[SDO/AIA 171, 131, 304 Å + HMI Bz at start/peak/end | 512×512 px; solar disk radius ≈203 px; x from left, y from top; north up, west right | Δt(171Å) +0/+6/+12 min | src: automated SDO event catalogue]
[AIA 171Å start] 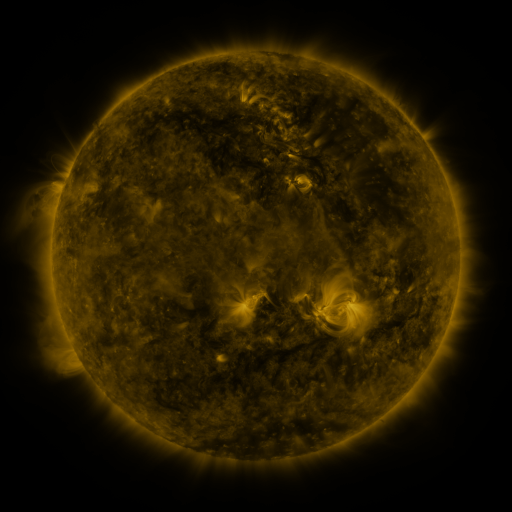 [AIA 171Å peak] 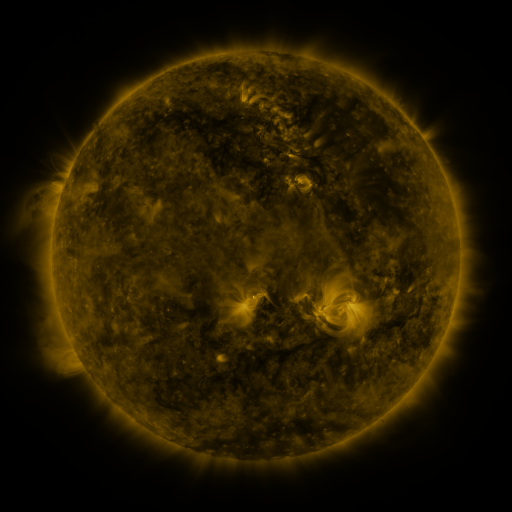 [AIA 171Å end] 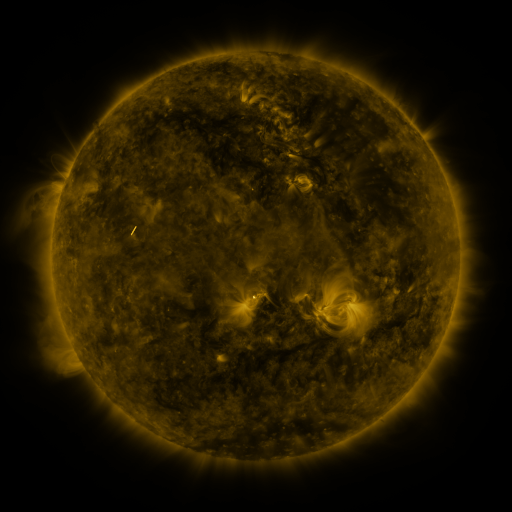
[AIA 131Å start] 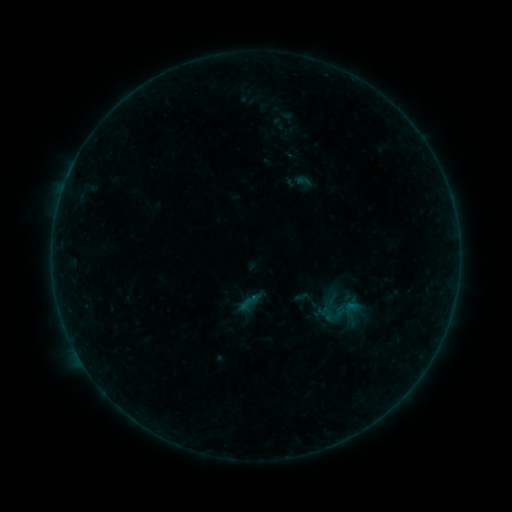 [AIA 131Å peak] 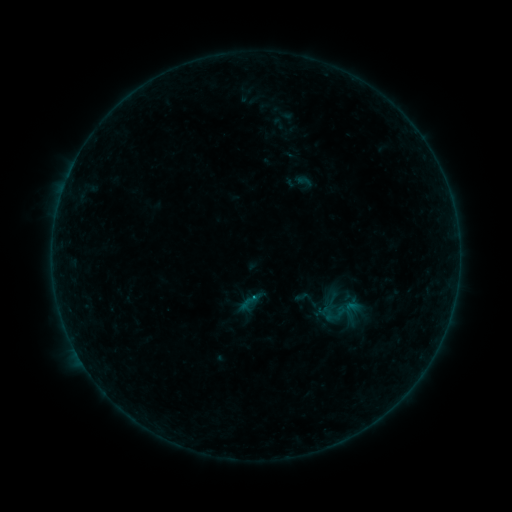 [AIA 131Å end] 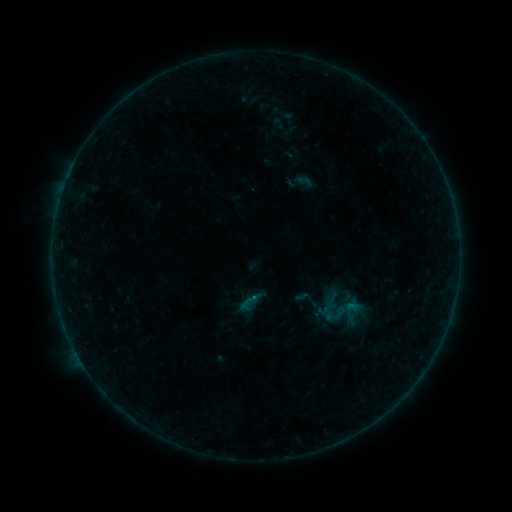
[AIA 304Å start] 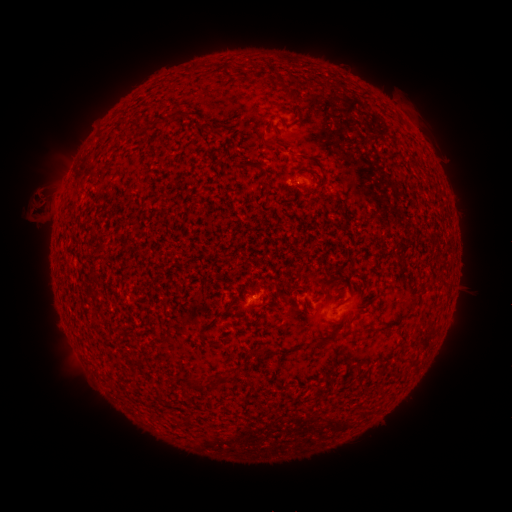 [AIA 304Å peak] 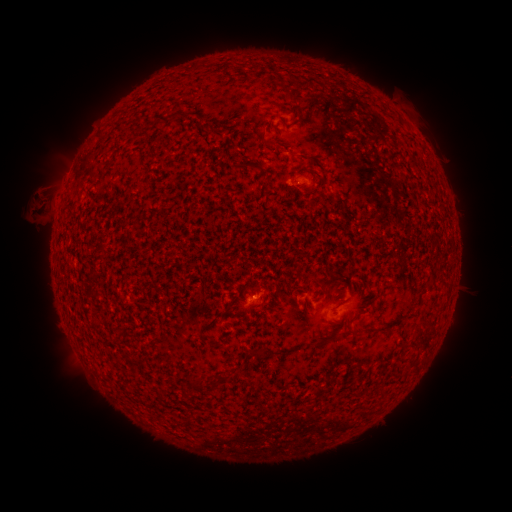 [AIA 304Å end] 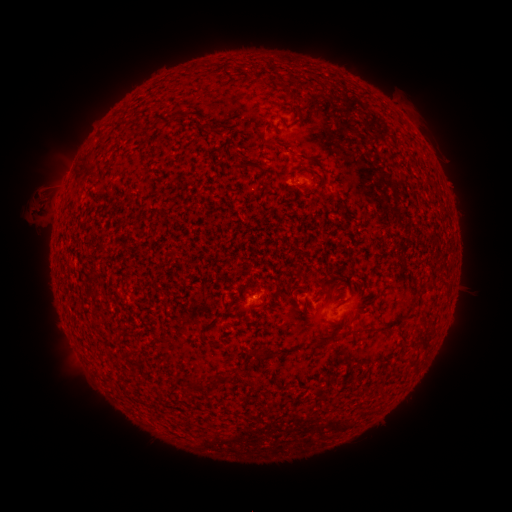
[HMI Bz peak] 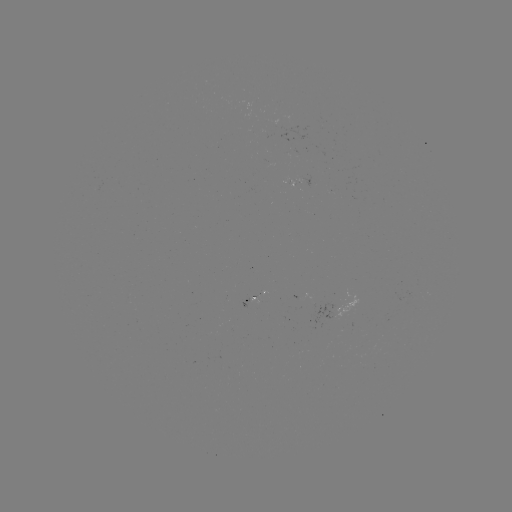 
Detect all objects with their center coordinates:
B1.3 flare: (256, 297)
